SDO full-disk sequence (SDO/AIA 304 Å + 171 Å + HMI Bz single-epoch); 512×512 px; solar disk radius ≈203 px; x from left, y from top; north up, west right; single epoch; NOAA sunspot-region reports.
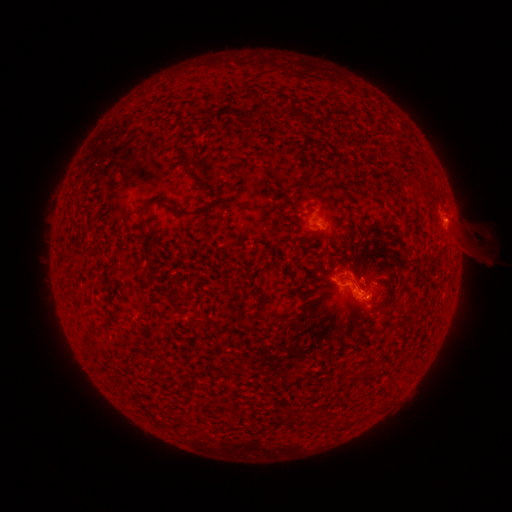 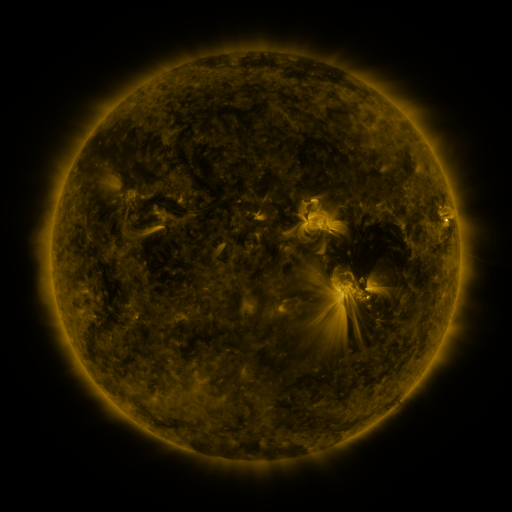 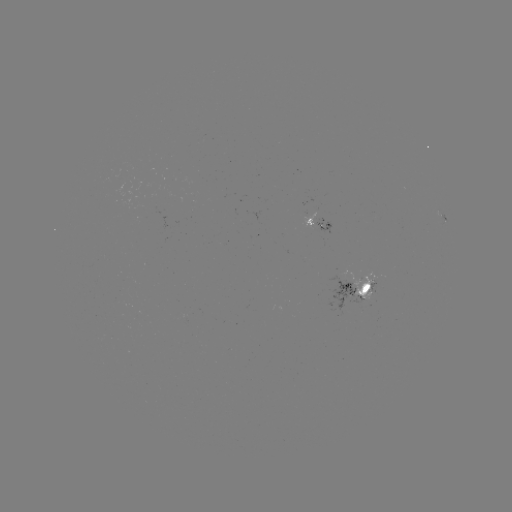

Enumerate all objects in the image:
spotted active region: (324, 223)
spotted active region: (357, 293)
